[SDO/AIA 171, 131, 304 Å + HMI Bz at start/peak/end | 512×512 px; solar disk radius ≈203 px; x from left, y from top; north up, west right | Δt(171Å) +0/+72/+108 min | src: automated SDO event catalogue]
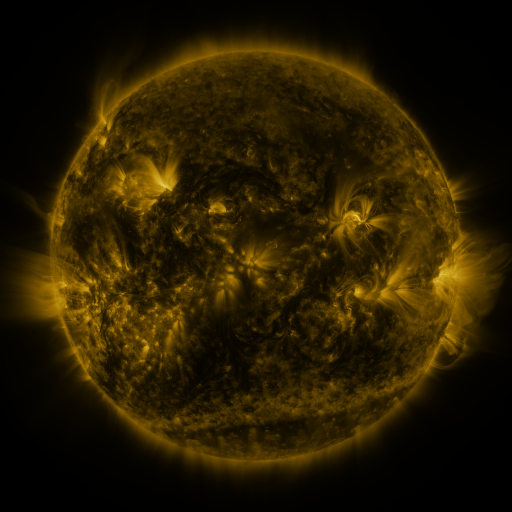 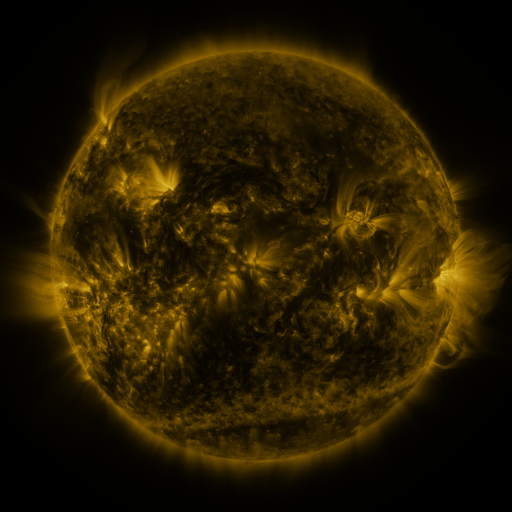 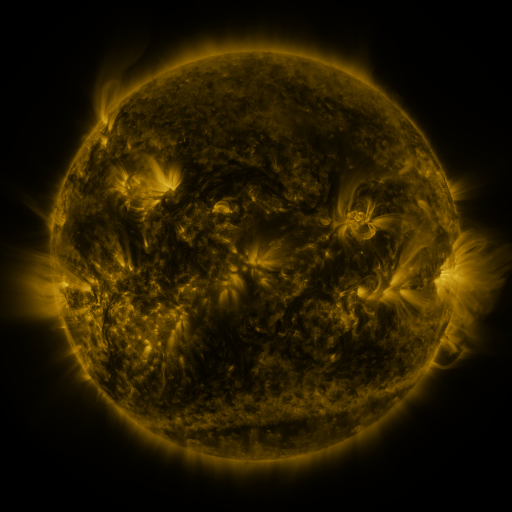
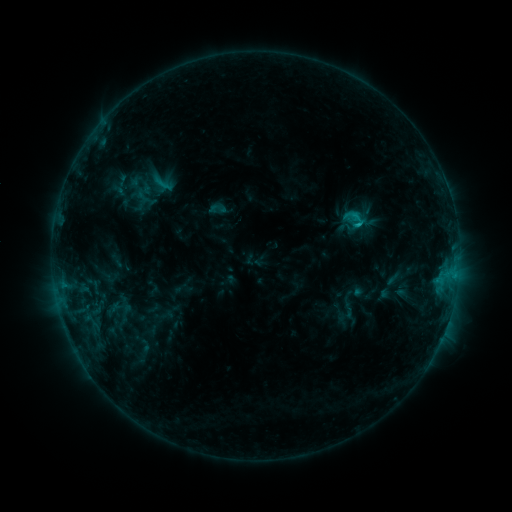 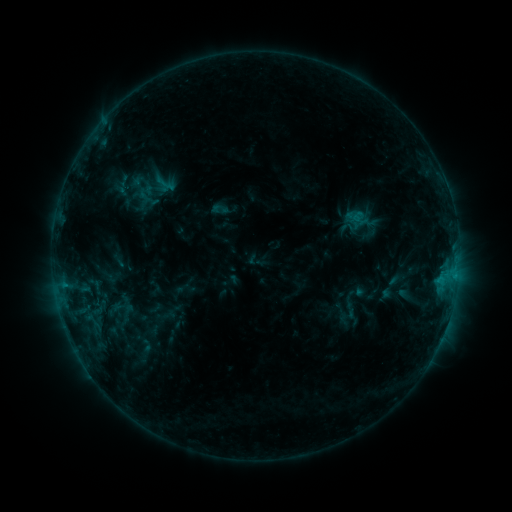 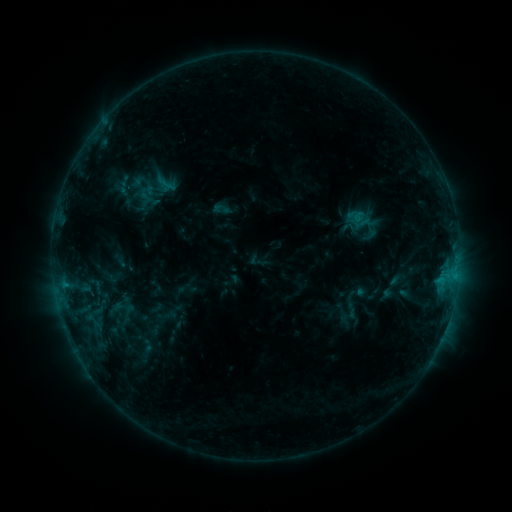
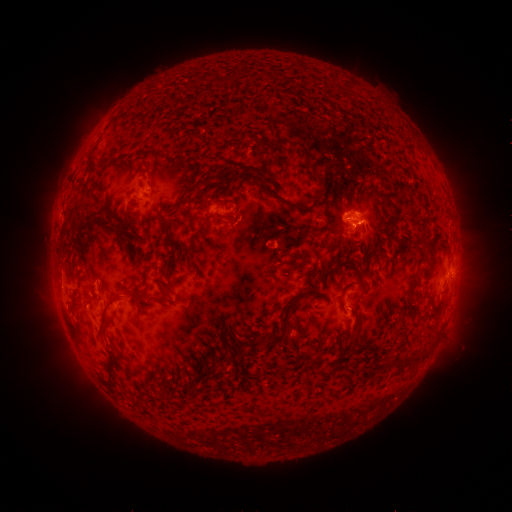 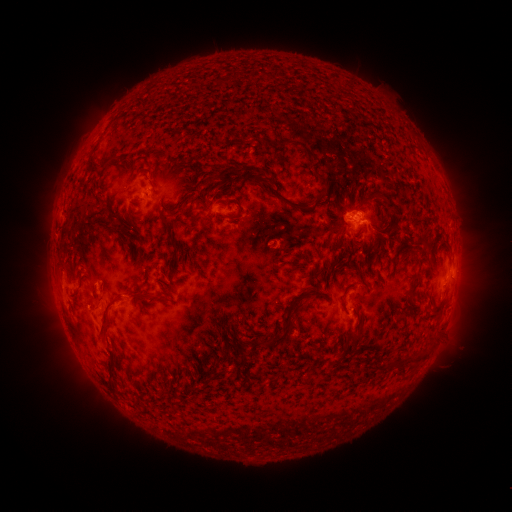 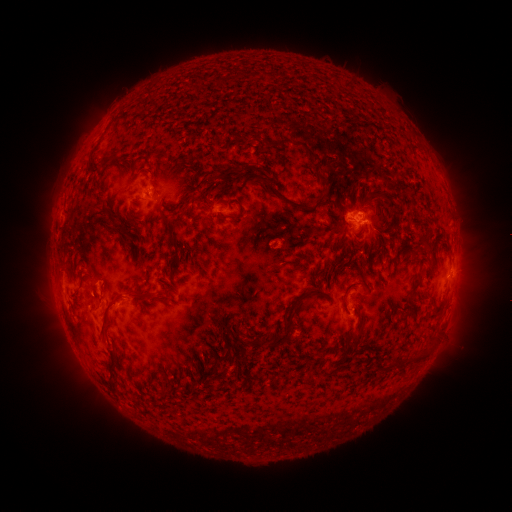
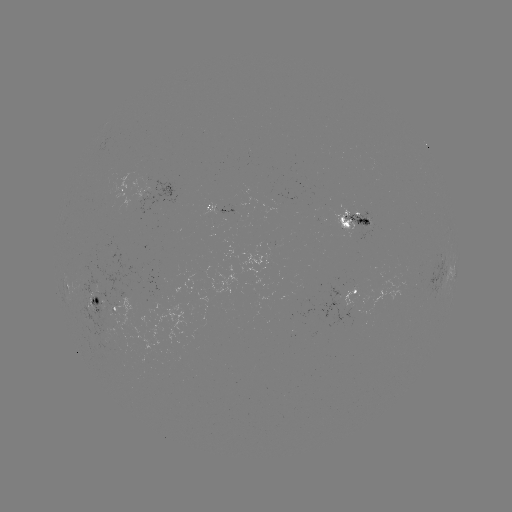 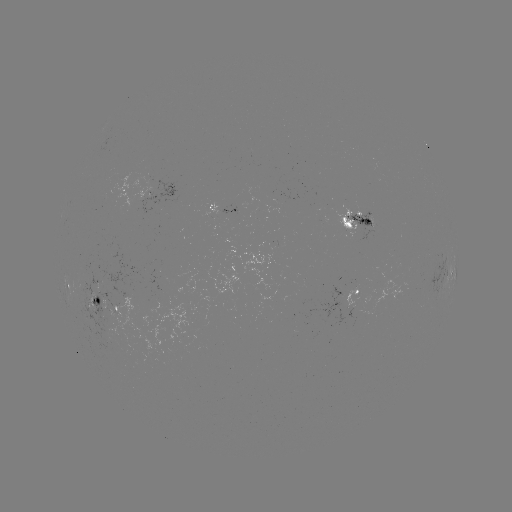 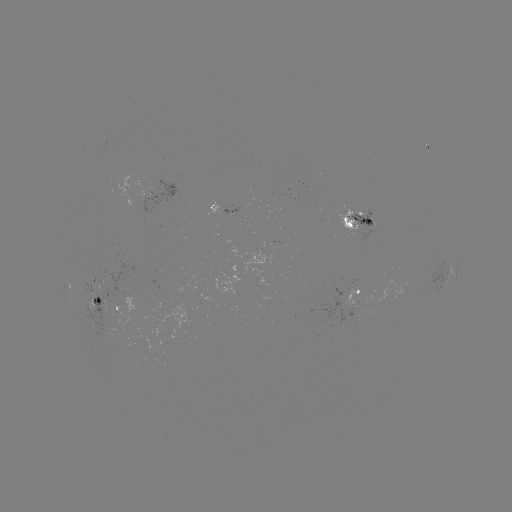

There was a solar emerging-flux region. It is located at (101, 306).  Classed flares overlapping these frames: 1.